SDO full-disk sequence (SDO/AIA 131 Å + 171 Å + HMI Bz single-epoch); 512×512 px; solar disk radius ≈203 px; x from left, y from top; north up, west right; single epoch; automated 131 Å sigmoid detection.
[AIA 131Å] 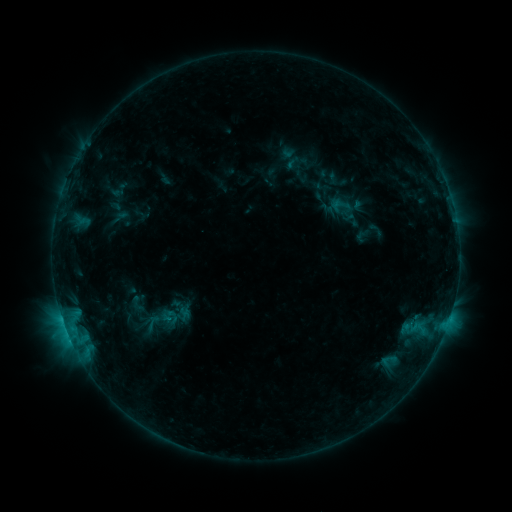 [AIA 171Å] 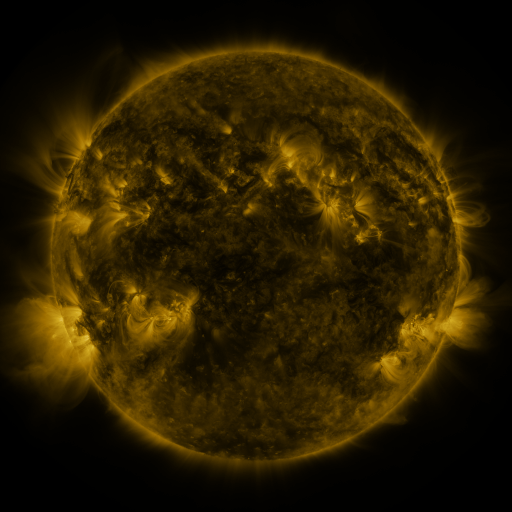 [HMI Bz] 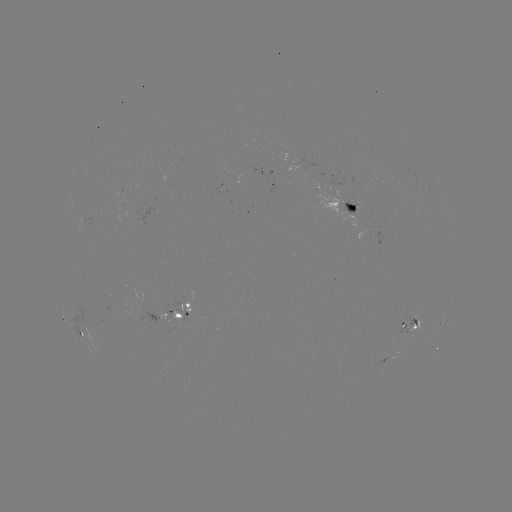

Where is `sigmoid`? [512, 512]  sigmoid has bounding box [327, 195, 354, 220].